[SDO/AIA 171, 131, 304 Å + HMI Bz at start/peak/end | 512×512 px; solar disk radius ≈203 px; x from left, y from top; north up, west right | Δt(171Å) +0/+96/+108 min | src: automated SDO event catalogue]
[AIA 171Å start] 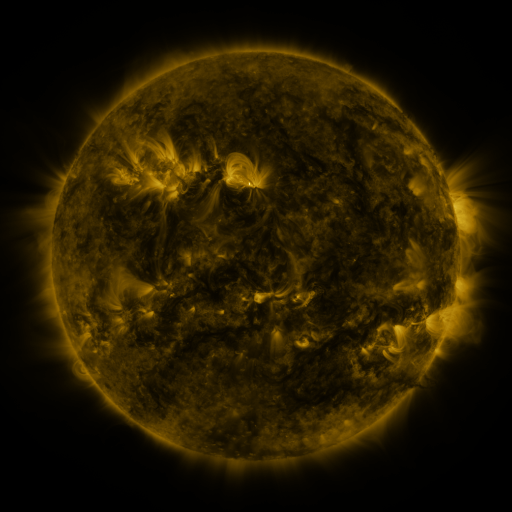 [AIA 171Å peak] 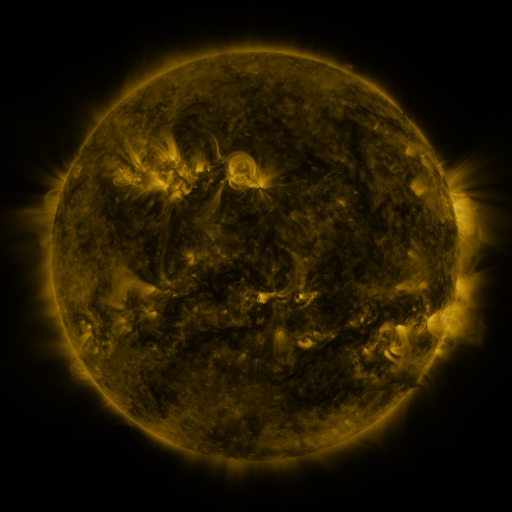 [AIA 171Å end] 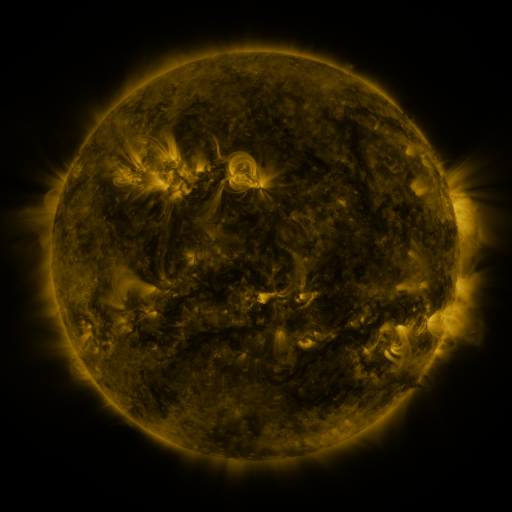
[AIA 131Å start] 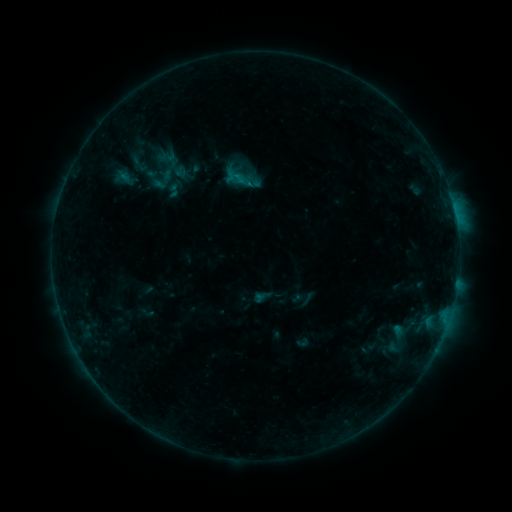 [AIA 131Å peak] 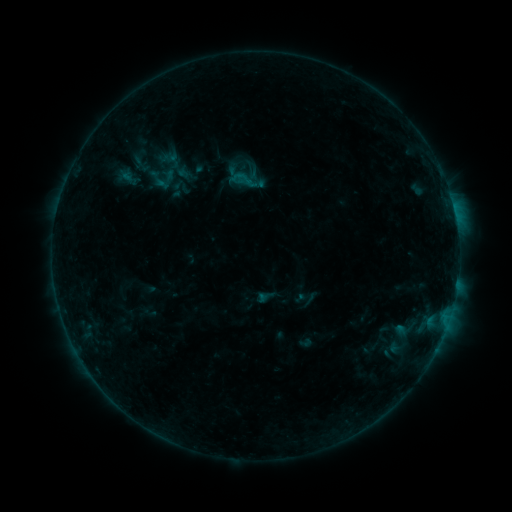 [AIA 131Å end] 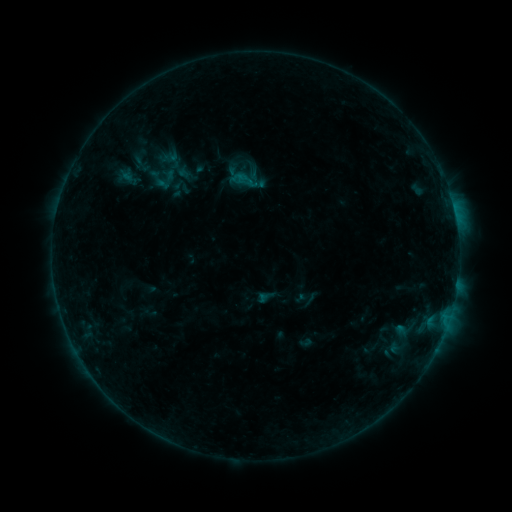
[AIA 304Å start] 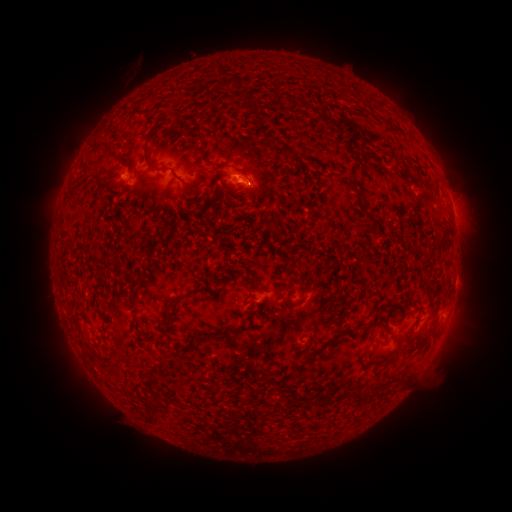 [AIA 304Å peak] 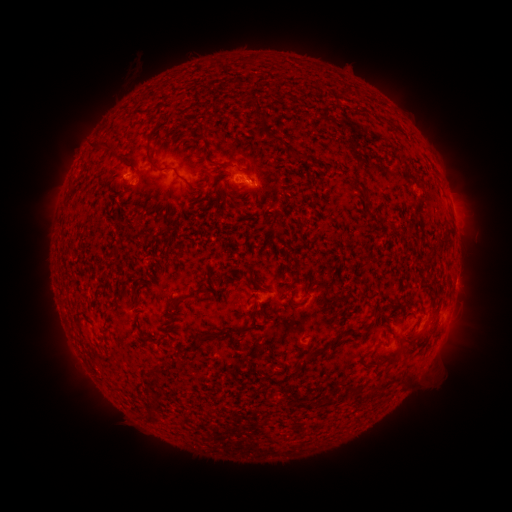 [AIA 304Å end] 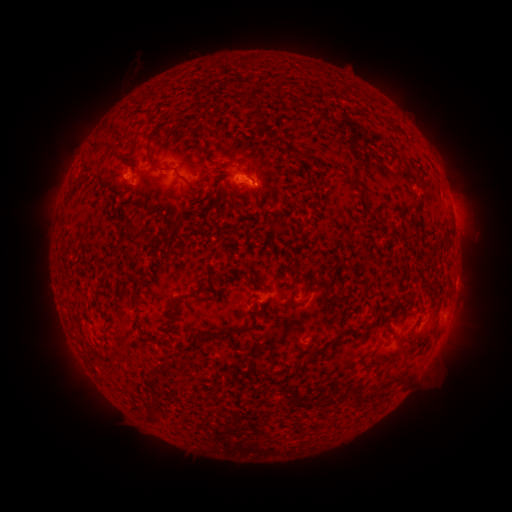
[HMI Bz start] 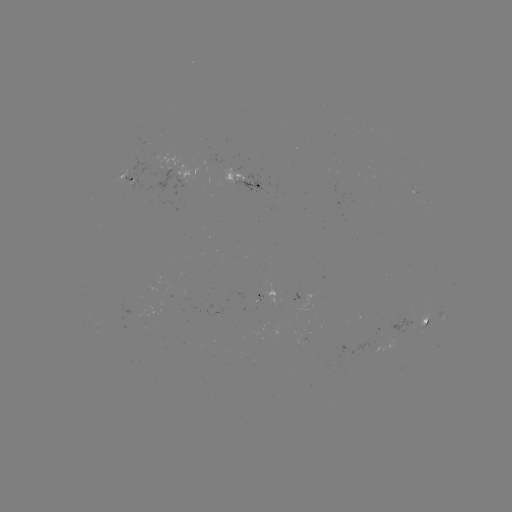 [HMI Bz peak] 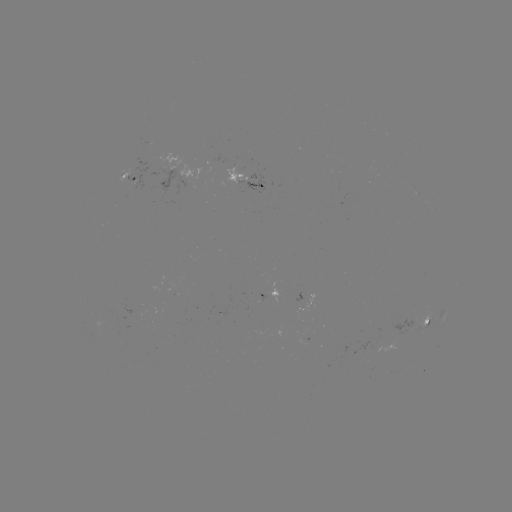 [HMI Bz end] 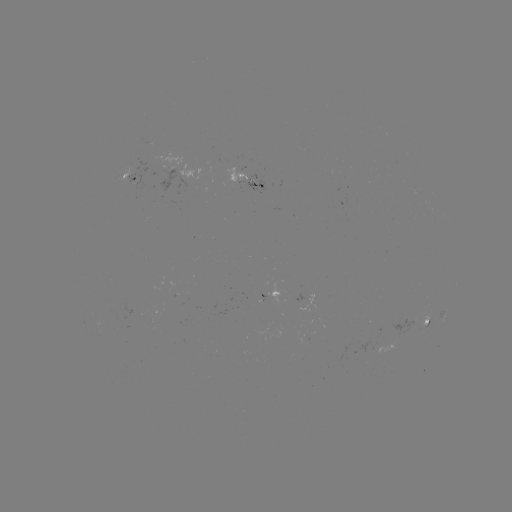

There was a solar emerging-flux region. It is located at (151, 170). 